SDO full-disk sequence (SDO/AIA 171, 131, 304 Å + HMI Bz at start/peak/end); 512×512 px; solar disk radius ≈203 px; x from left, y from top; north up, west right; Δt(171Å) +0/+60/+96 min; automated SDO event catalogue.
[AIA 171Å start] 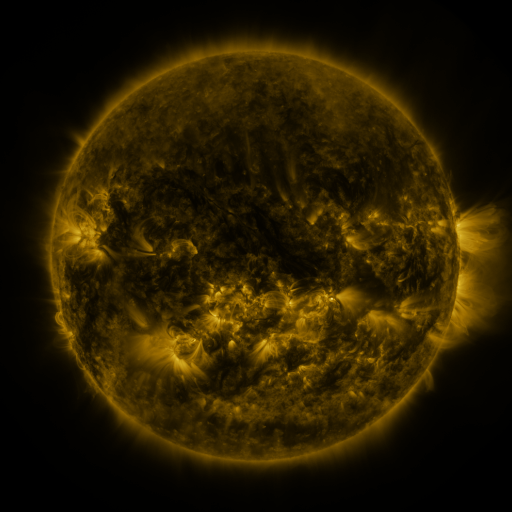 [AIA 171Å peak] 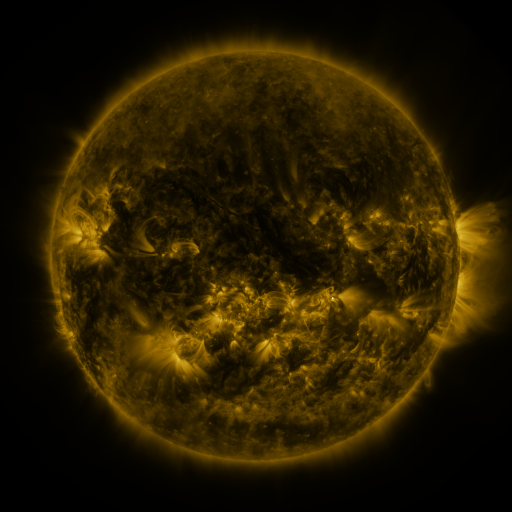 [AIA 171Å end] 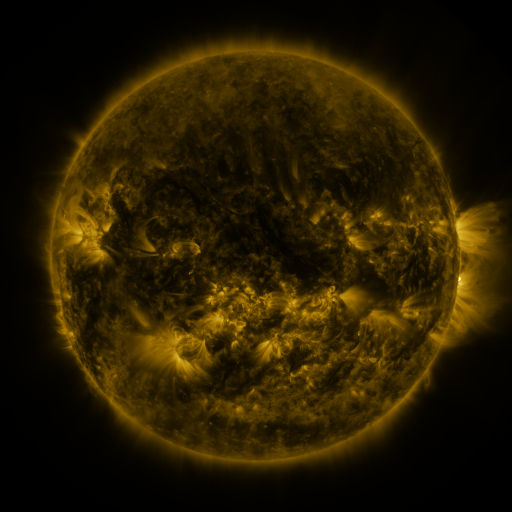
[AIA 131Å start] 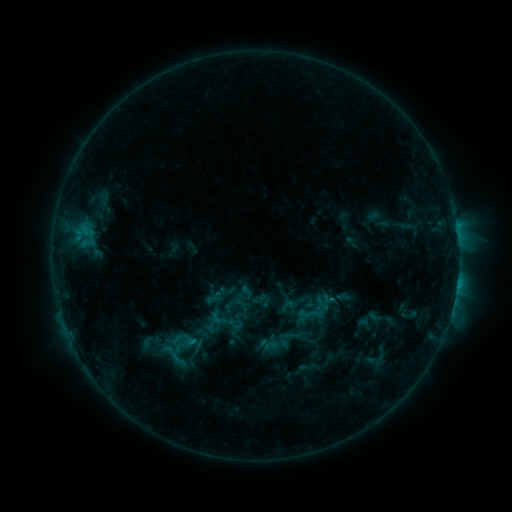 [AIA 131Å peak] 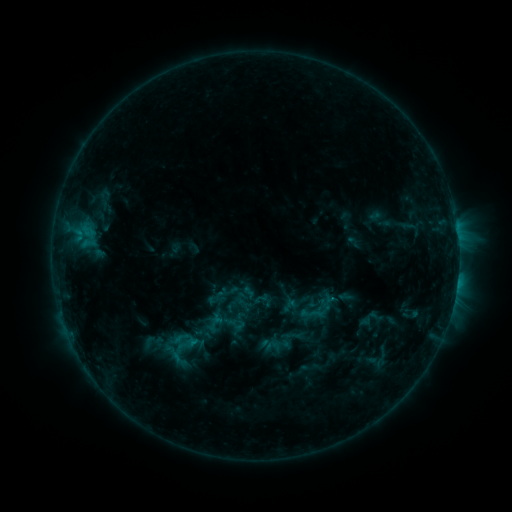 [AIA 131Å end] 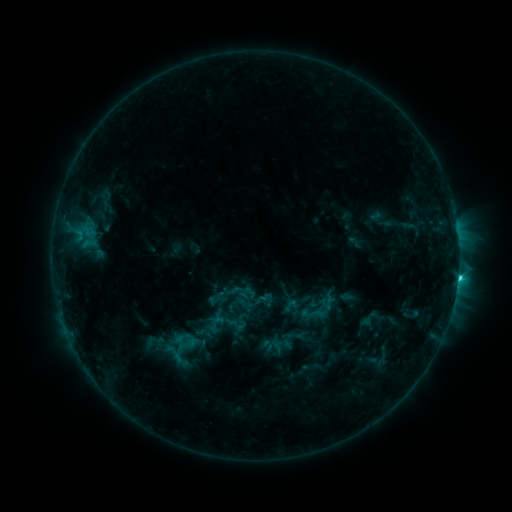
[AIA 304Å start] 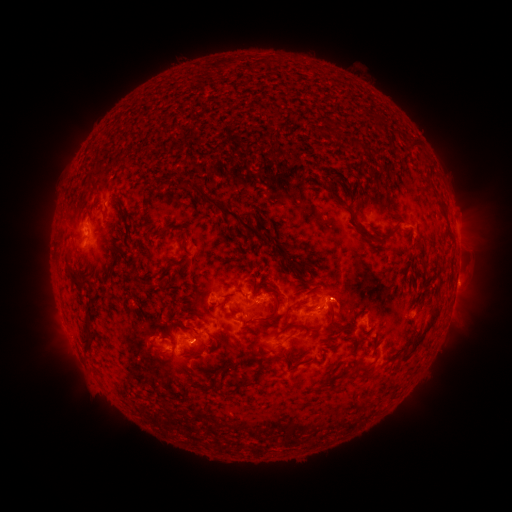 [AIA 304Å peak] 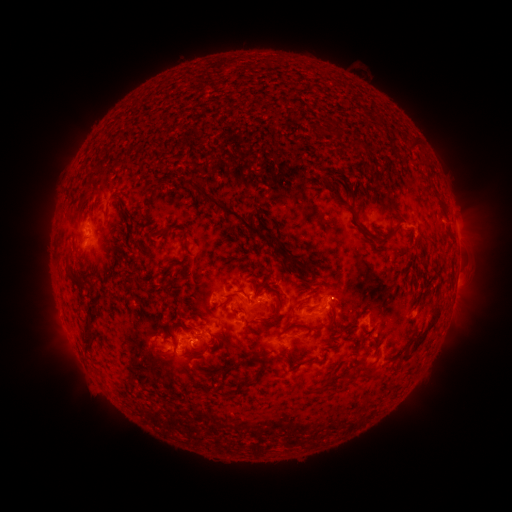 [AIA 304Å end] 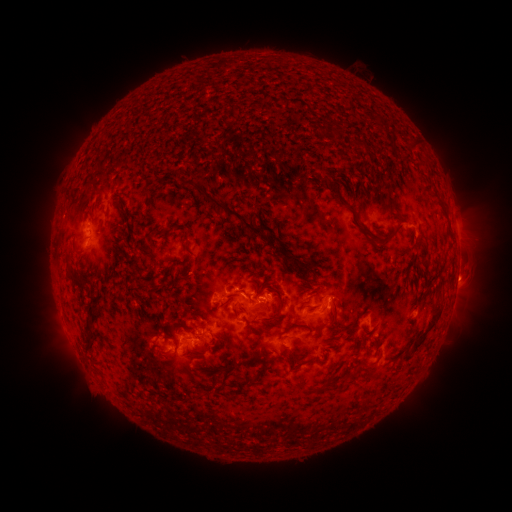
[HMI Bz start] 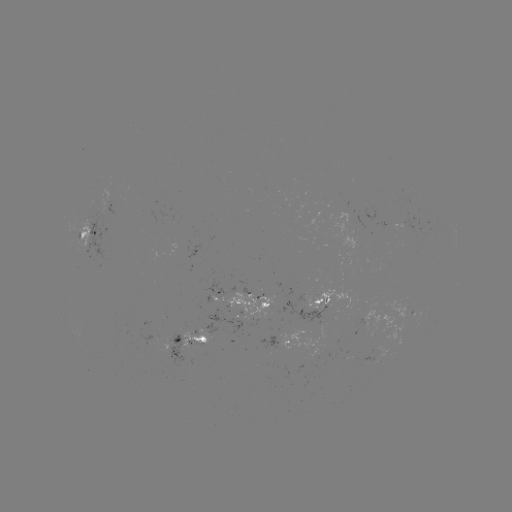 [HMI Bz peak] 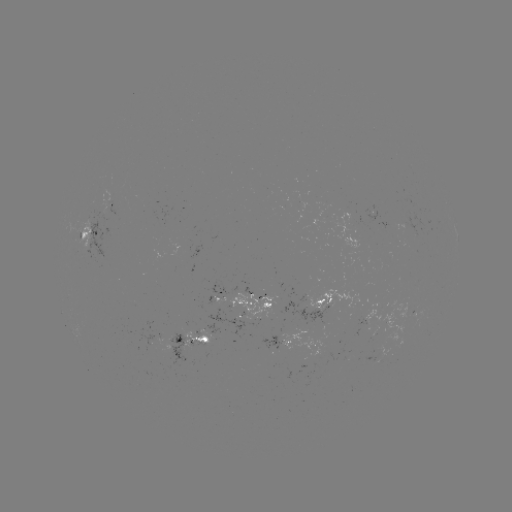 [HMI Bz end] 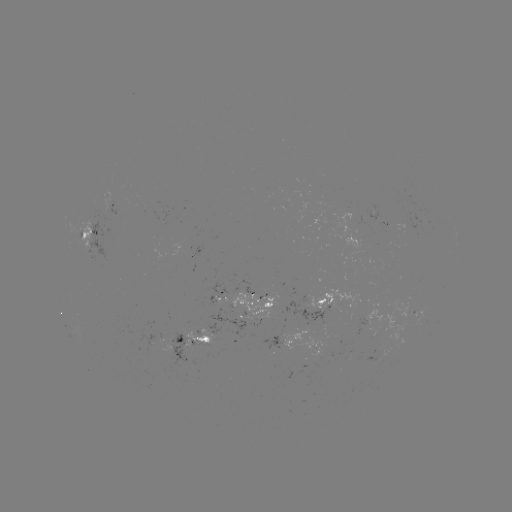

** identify emerging-flux region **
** [375, 357] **